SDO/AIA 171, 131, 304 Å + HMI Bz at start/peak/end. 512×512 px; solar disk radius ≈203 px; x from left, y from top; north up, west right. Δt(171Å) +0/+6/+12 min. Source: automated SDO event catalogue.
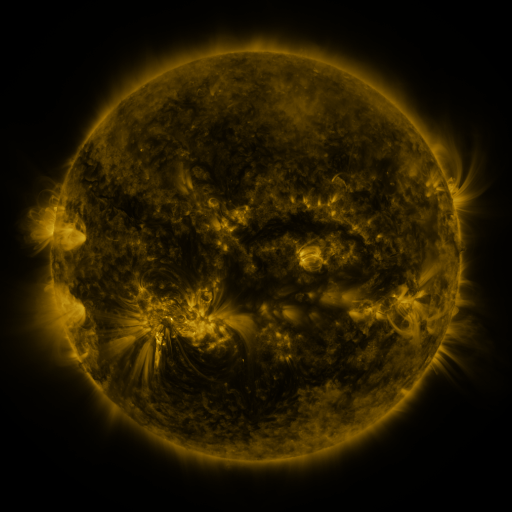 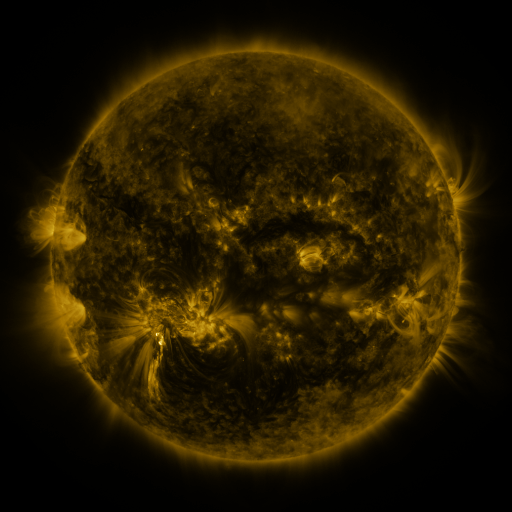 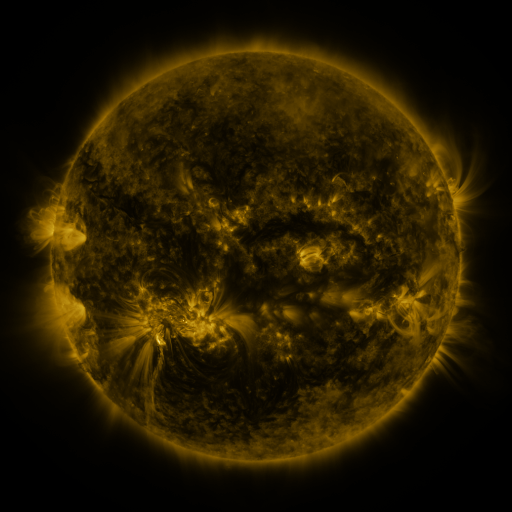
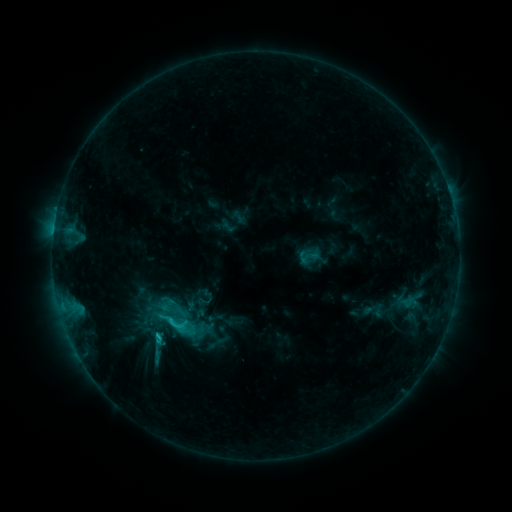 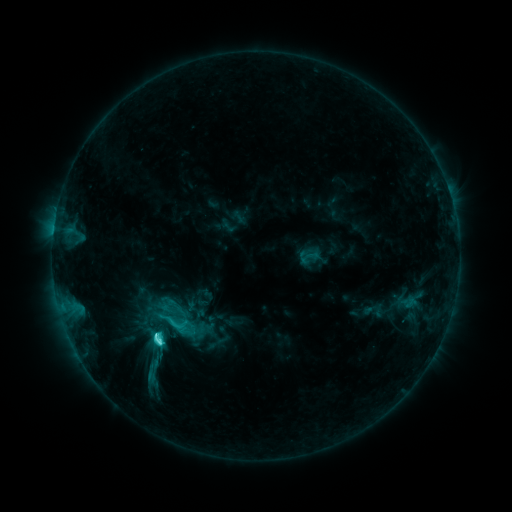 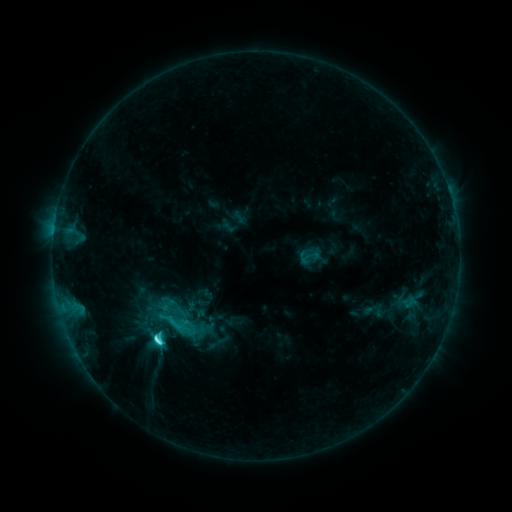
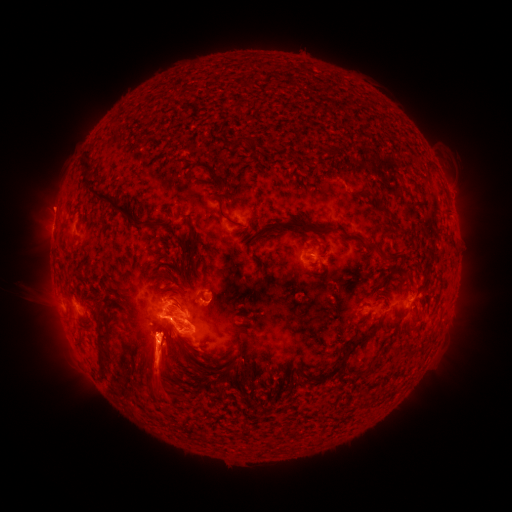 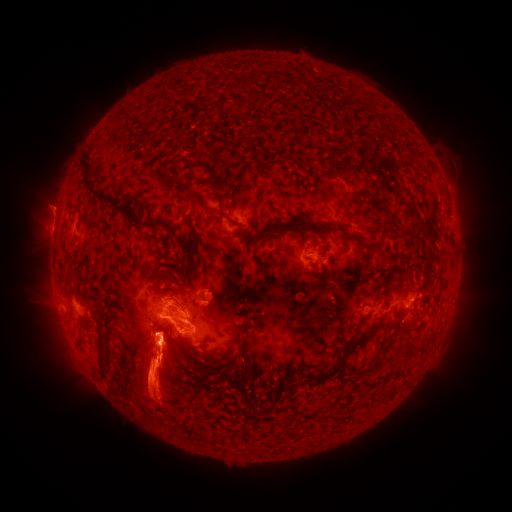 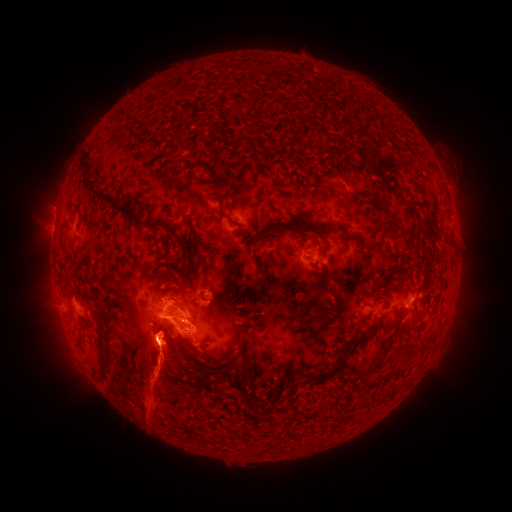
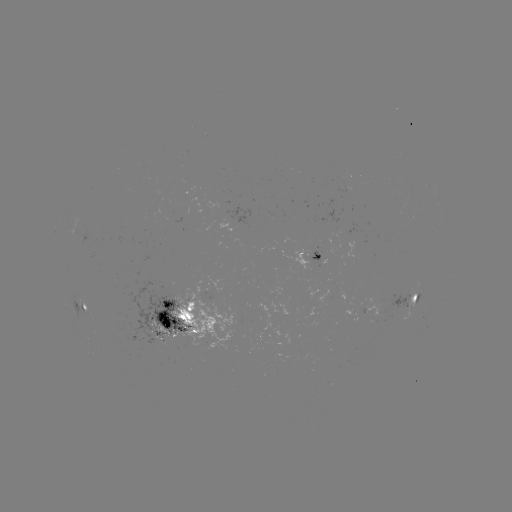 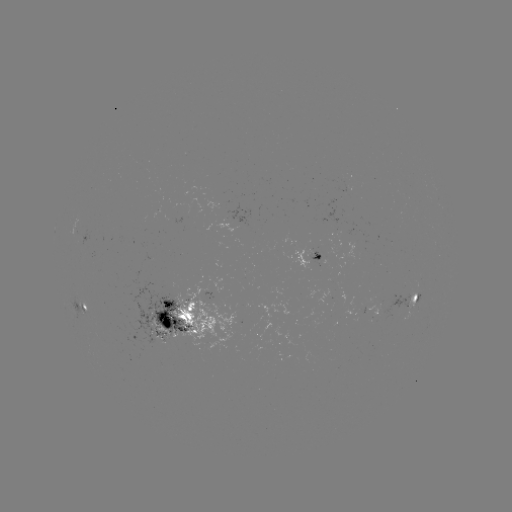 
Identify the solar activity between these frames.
C6.5 flare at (160, 340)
